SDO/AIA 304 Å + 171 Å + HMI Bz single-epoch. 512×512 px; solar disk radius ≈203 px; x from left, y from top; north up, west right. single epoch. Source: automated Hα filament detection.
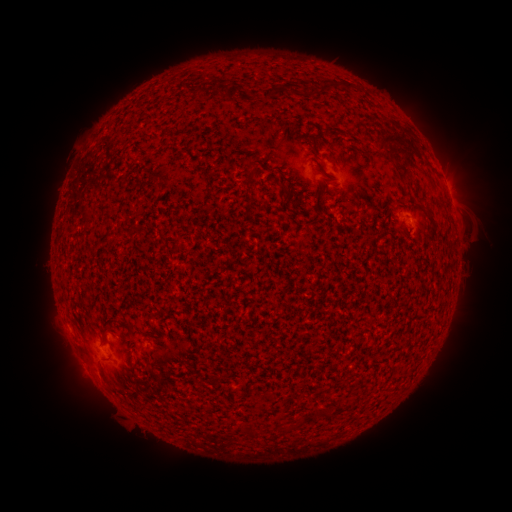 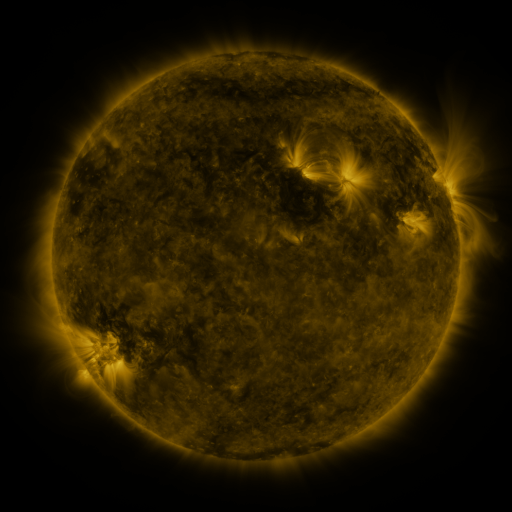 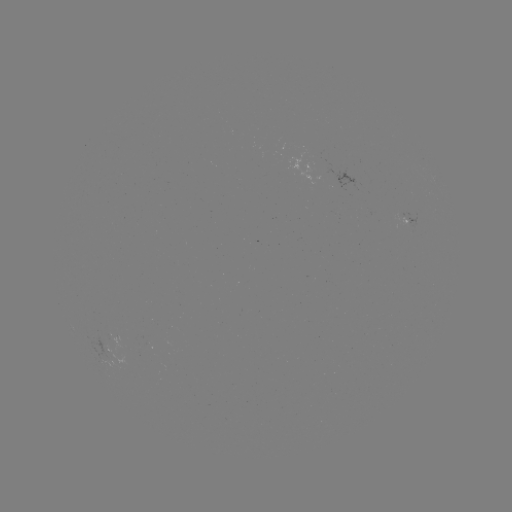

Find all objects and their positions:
filament: (335, 87)
filament: (317, 90)
filament: (275, 93)
filament: (396, 141)
filament: (250, 173)
filament: (283, 188)
filament: (85, 214)
filament: (429, 216)
filament: (106, 328)
filament: (249, 434)
